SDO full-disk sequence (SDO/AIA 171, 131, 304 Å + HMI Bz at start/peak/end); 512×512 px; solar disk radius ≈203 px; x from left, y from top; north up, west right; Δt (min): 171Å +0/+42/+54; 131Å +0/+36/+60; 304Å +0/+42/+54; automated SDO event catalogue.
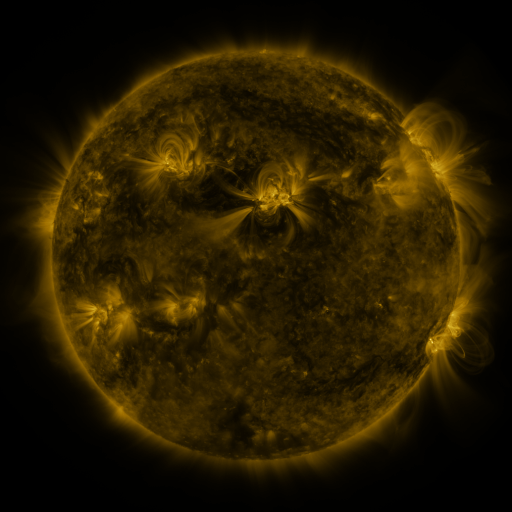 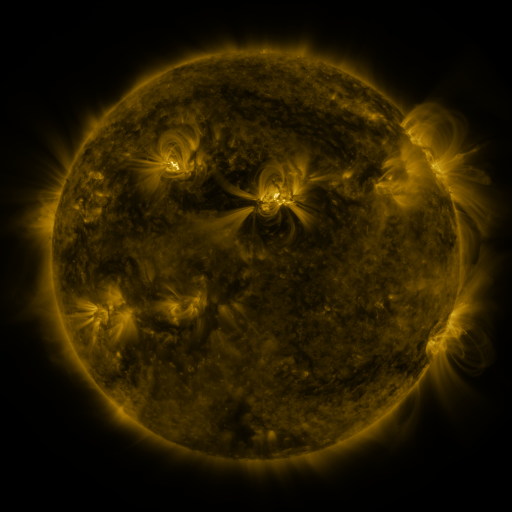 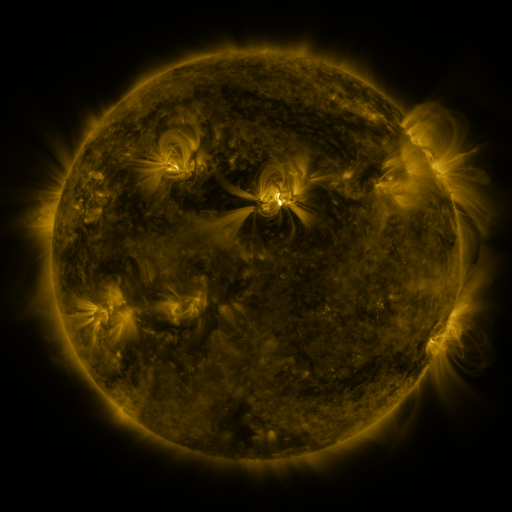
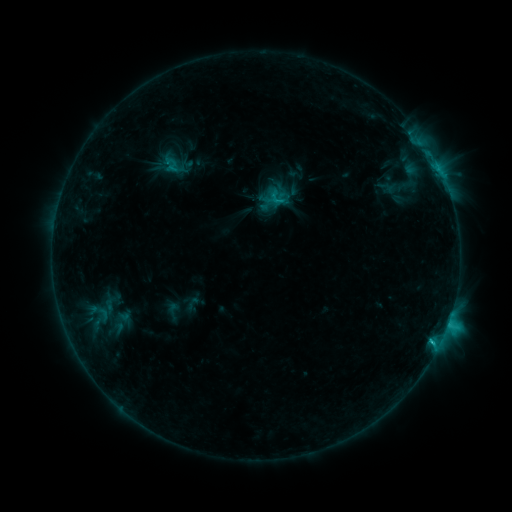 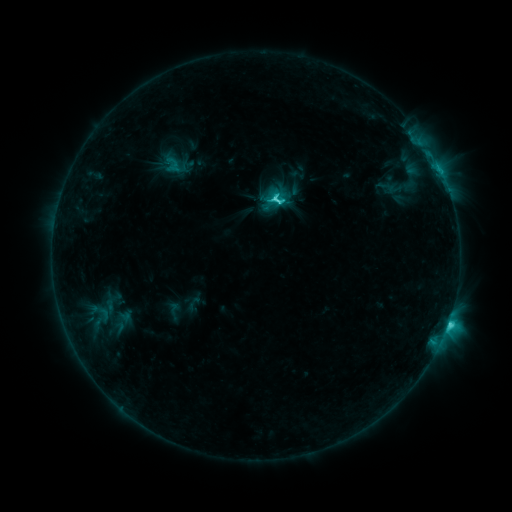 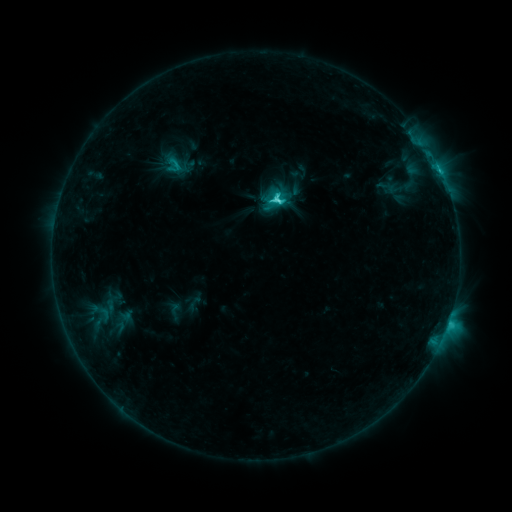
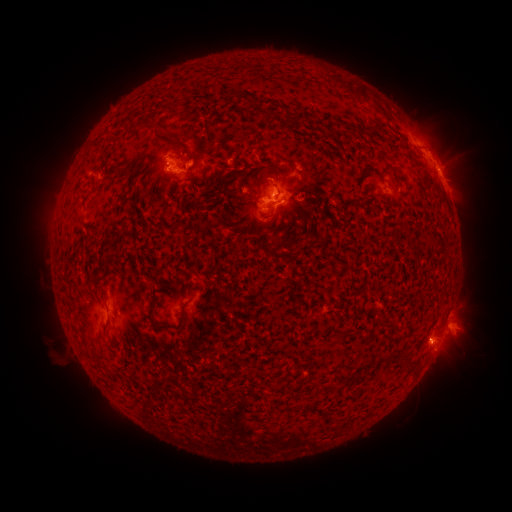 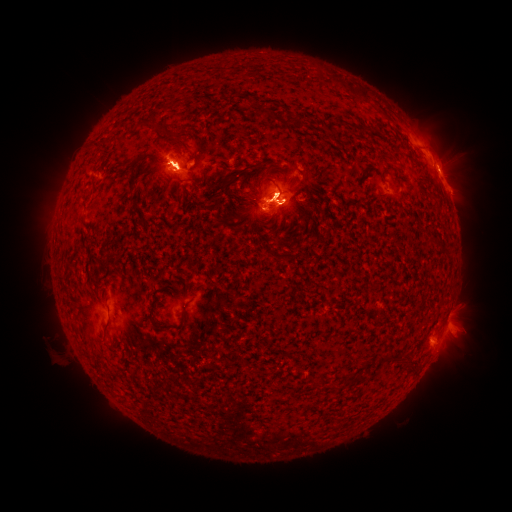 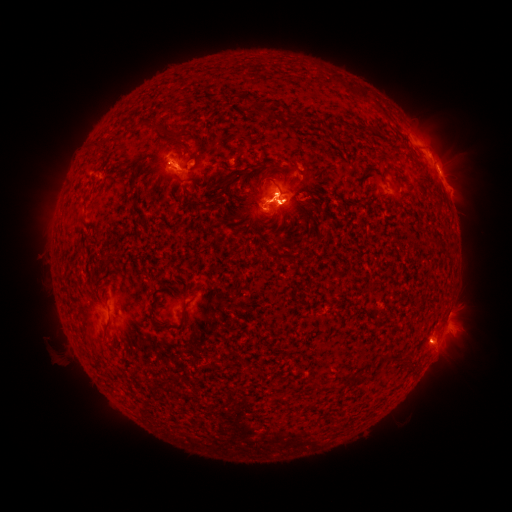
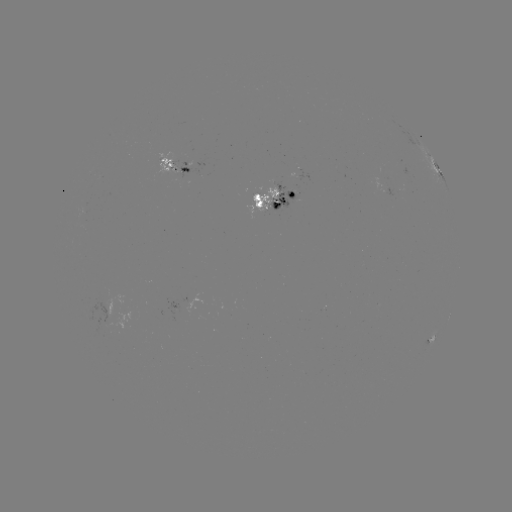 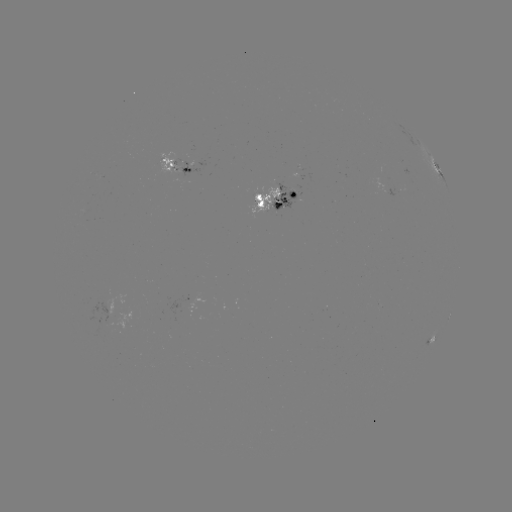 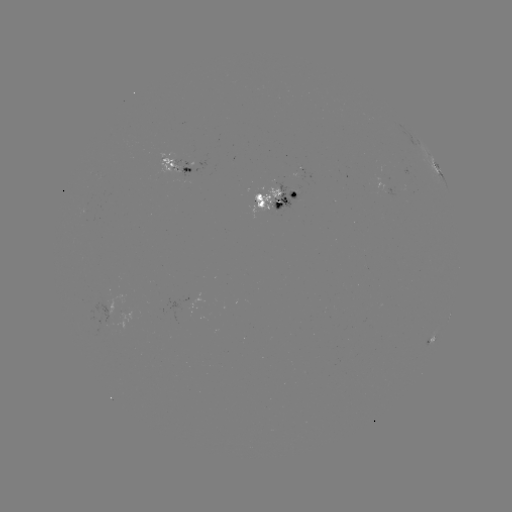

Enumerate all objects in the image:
M1.7 flare: (277, 199)
